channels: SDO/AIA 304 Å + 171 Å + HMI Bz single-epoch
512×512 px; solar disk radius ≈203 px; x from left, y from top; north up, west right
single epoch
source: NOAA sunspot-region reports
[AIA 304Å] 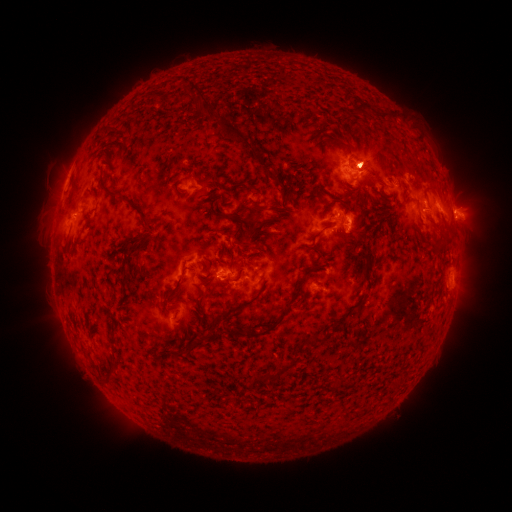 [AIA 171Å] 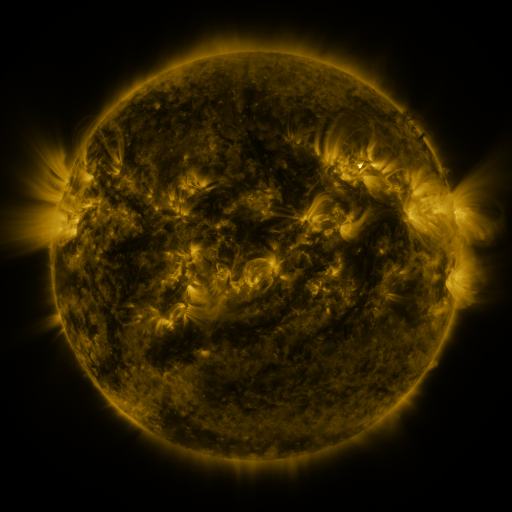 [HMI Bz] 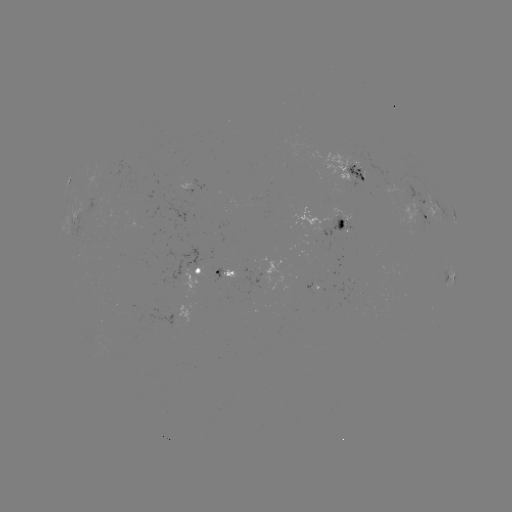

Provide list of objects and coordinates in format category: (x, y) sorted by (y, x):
spotted active region: (360, 175)
spotted active region: (195, 186)
spotted active region: (455, 216)
spotted active region: (338, 218)
spotted active region: (427, 221)
spotted active region: (221, 273)
spotted active region: (197, 274)
spotted active region: (453, 280)
spotted active region: (314, 284)
